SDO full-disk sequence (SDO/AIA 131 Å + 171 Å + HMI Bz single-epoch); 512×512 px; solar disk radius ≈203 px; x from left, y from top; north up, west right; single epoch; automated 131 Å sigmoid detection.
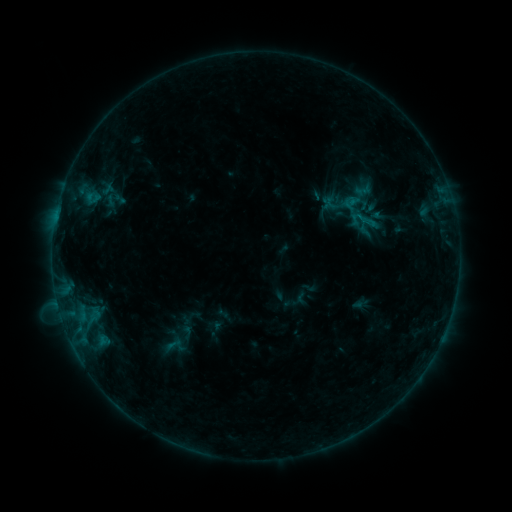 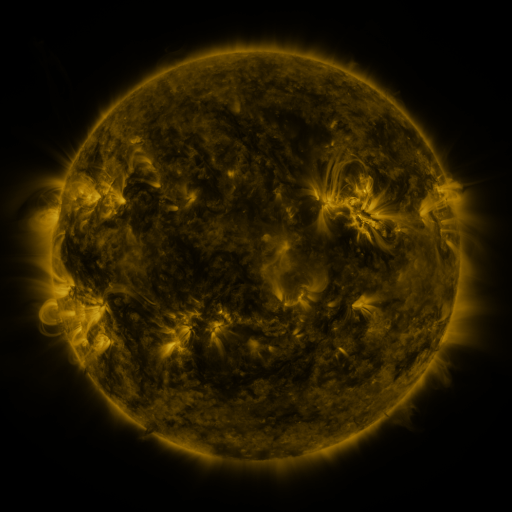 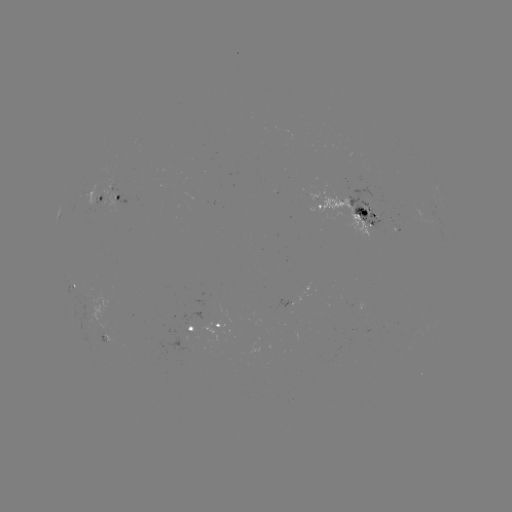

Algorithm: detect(sigmoid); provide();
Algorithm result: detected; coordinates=(369, 221)